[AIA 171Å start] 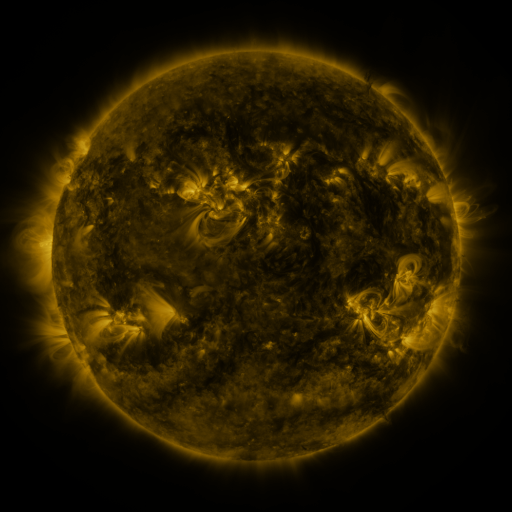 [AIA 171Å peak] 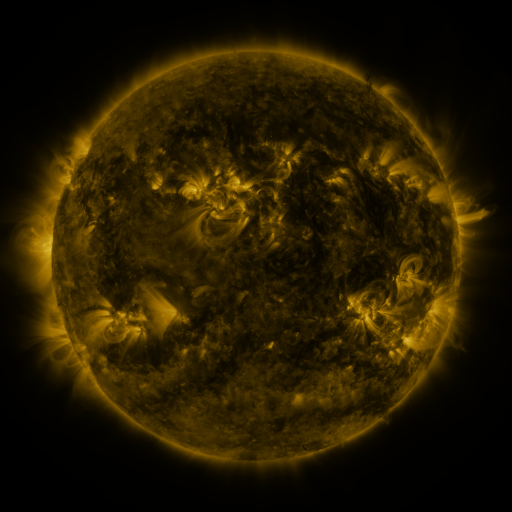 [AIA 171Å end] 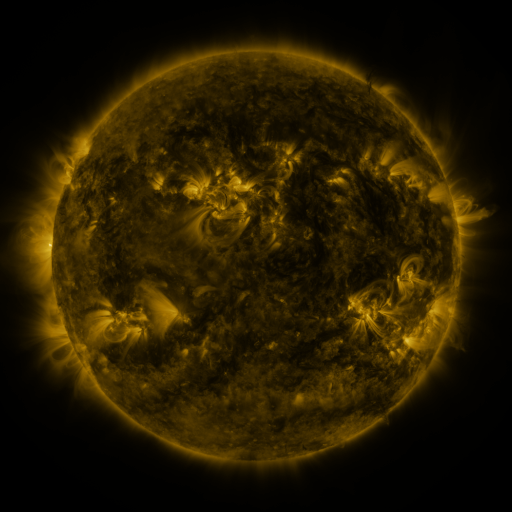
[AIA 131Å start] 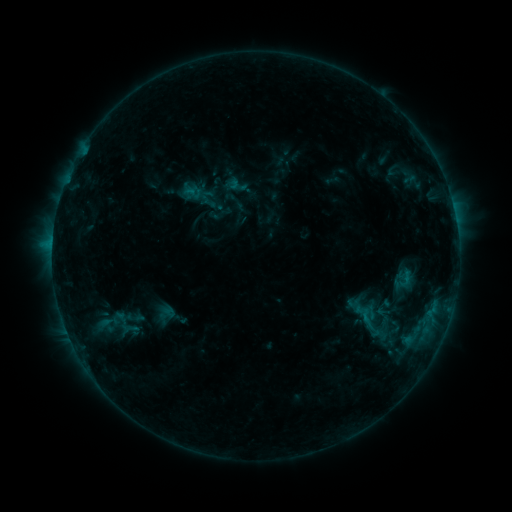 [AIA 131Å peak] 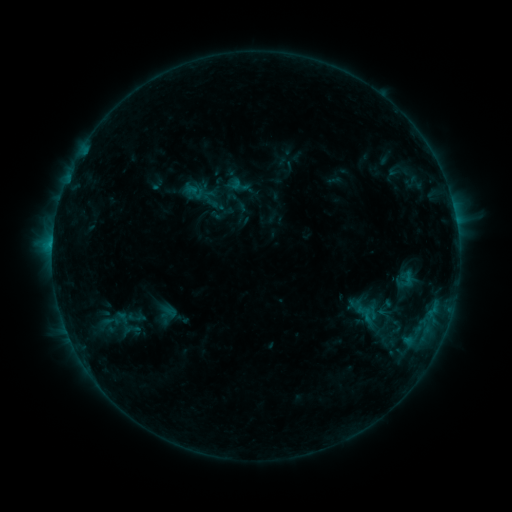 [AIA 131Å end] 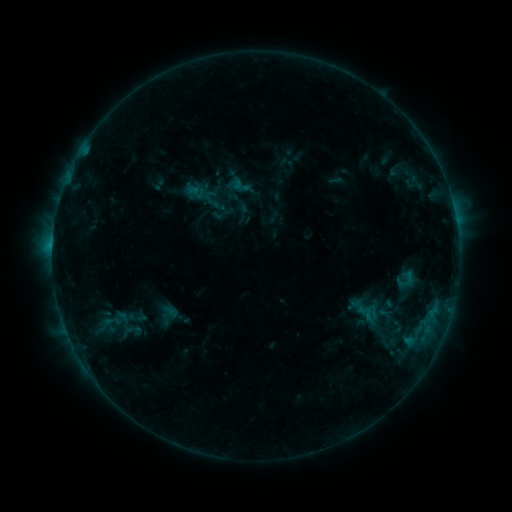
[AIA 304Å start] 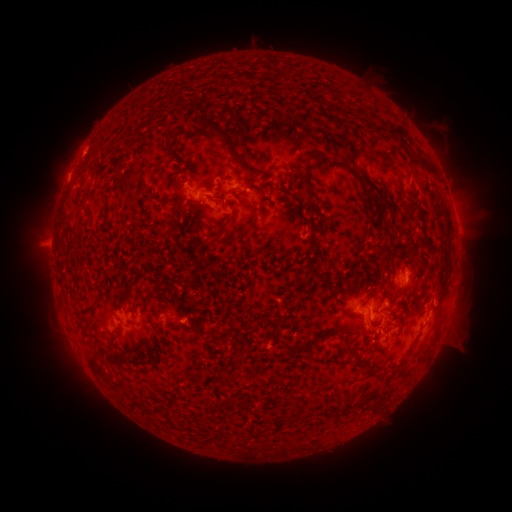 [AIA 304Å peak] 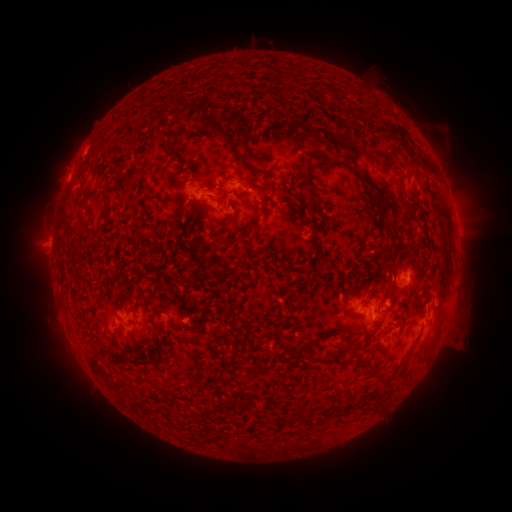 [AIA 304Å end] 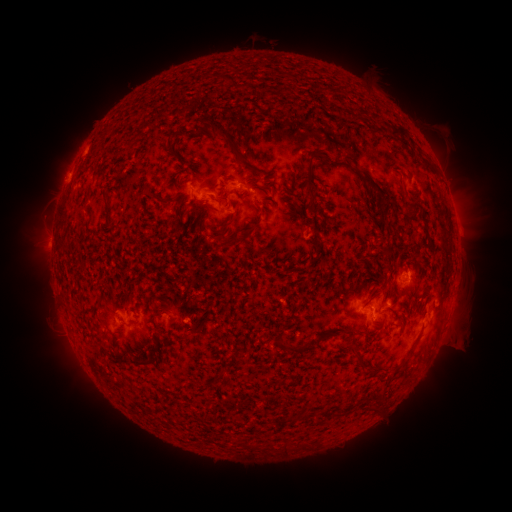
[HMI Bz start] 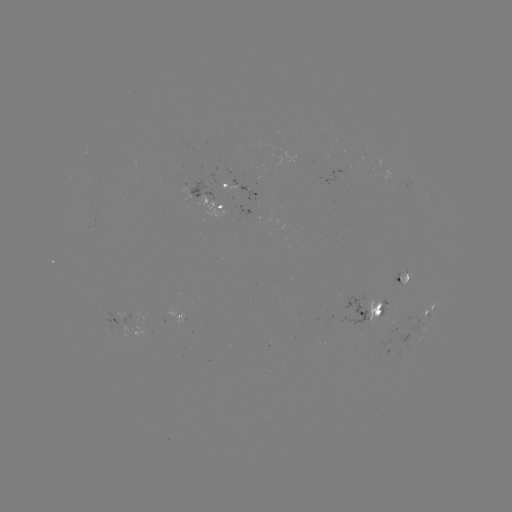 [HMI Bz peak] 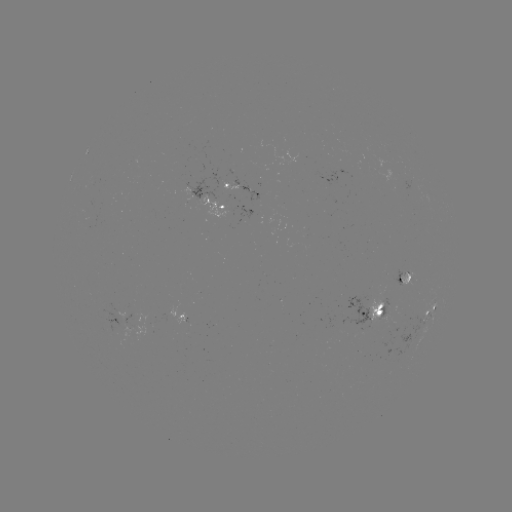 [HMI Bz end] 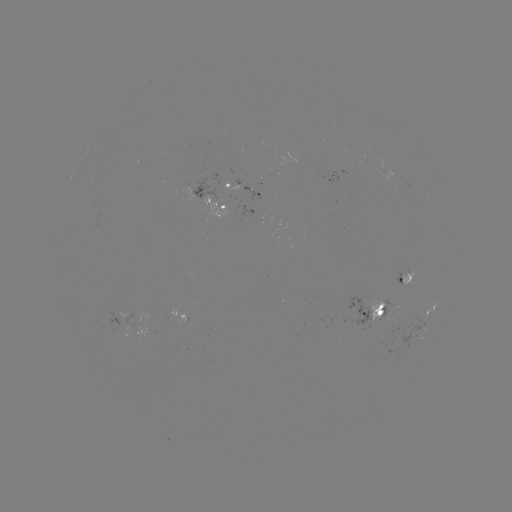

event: emerging-flux region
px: (385, 313)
